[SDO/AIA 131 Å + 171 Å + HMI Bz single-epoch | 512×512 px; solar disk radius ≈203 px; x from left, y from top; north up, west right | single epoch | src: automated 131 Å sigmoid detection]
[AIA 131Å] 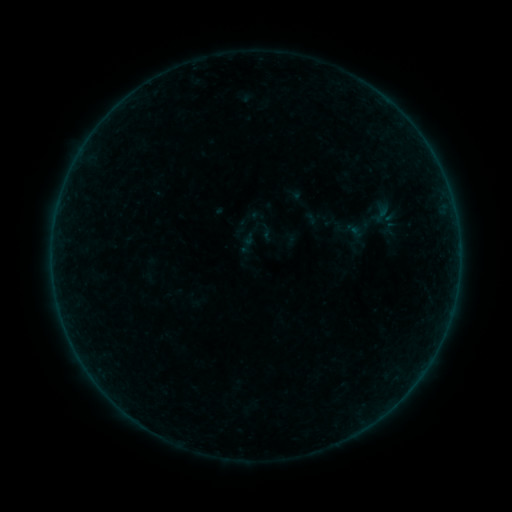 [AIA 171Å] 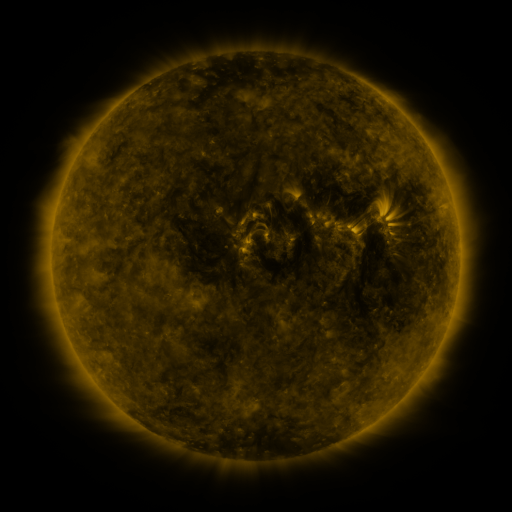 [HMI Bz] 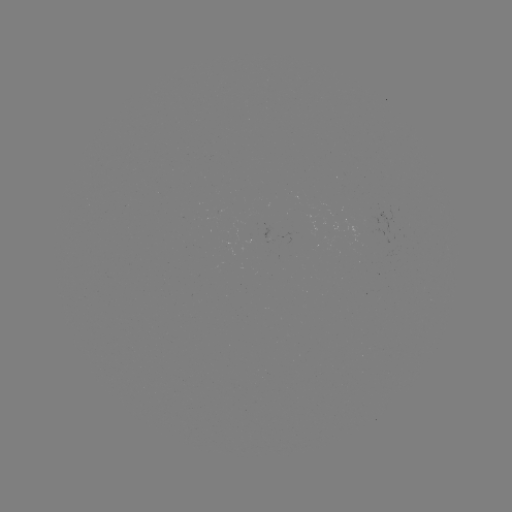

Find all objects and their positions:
sigmoid: <bbox>366, 201, 395, 224</bbox>
